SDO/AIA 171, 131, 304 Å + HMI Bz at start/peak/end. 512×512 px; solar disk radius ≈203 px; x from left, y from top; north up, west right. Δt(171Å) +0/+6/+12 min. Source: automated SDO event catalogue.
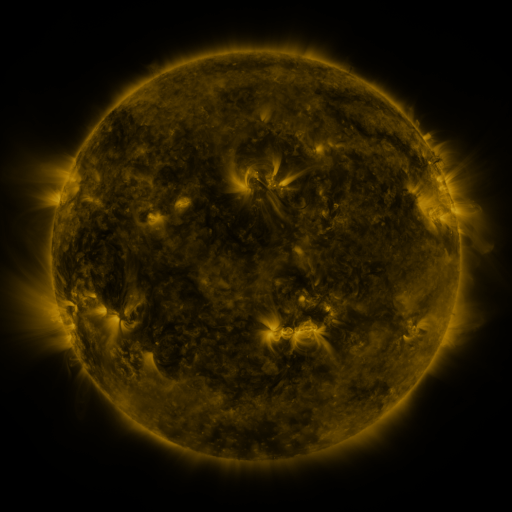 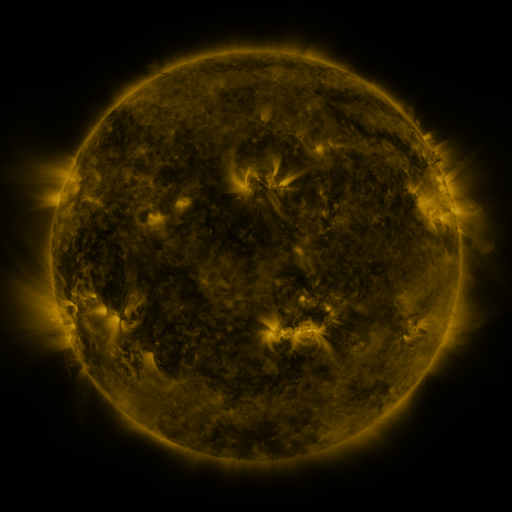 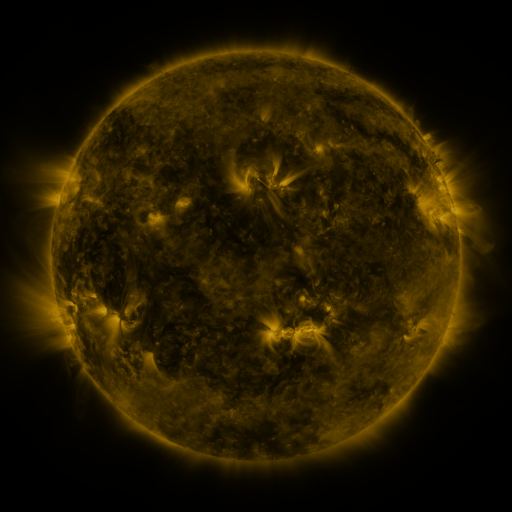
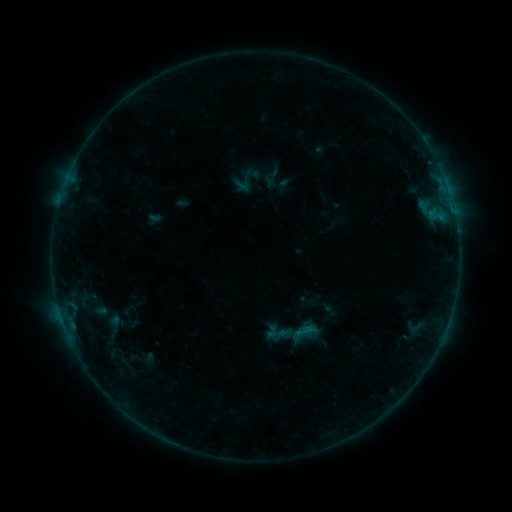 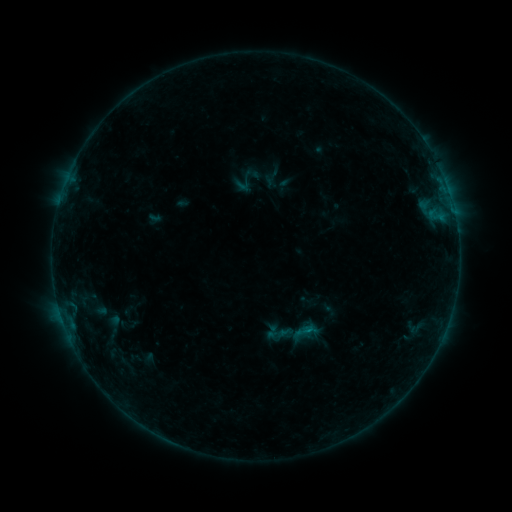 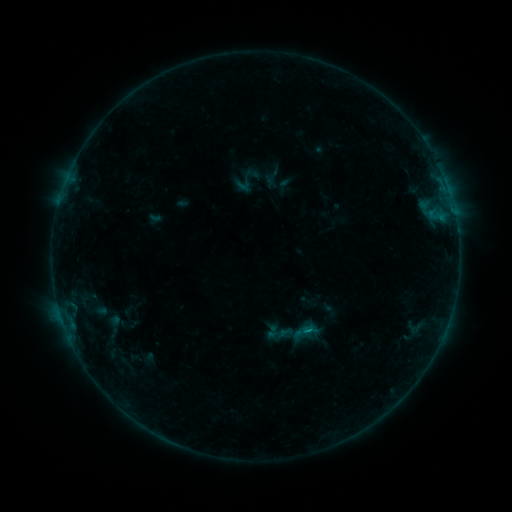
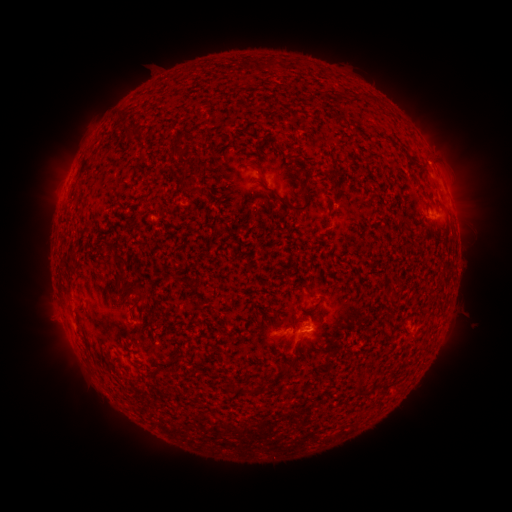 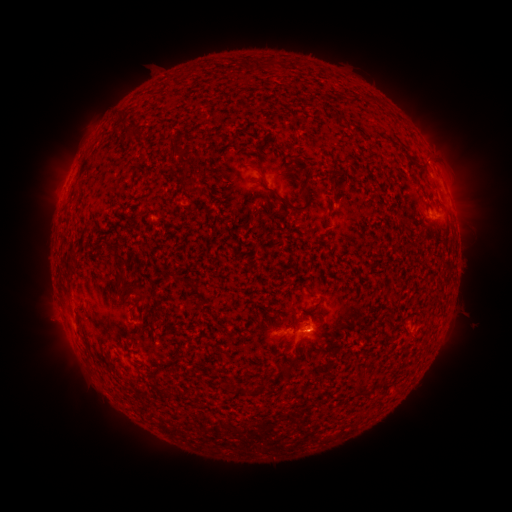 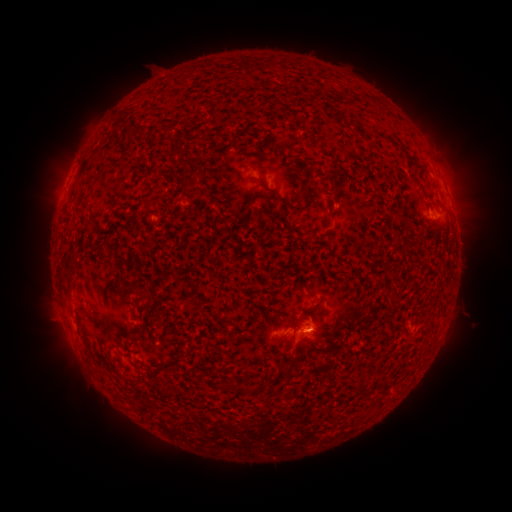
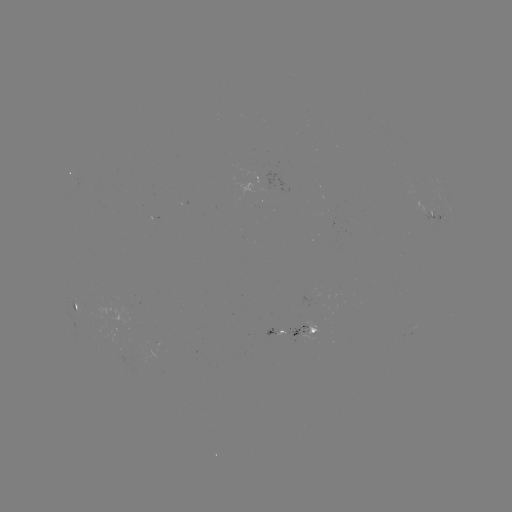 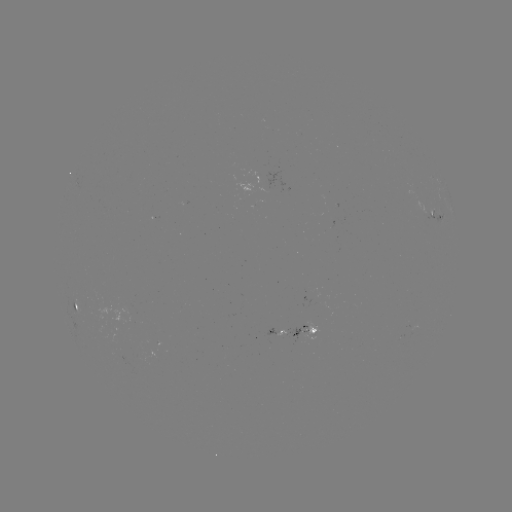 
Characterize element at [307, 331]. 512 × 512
B3.5 flare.